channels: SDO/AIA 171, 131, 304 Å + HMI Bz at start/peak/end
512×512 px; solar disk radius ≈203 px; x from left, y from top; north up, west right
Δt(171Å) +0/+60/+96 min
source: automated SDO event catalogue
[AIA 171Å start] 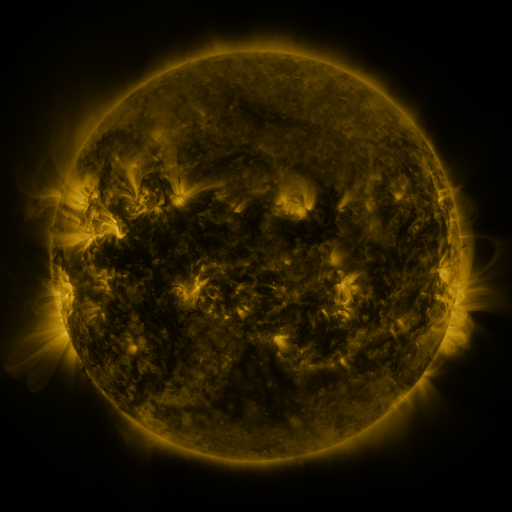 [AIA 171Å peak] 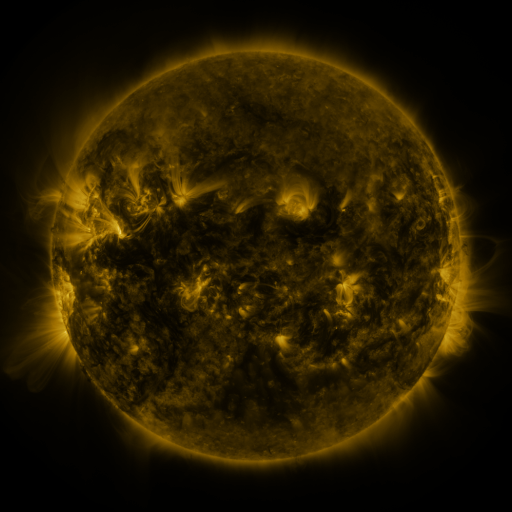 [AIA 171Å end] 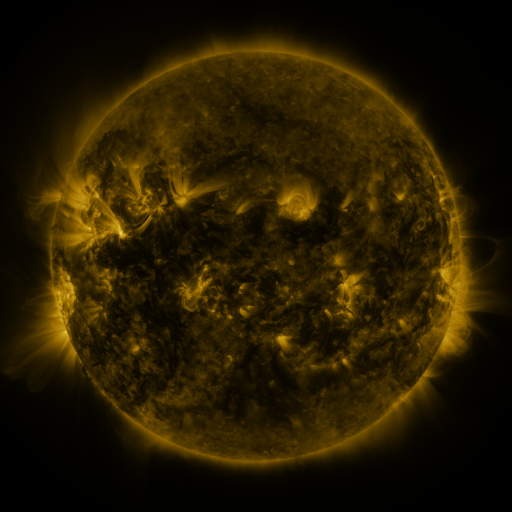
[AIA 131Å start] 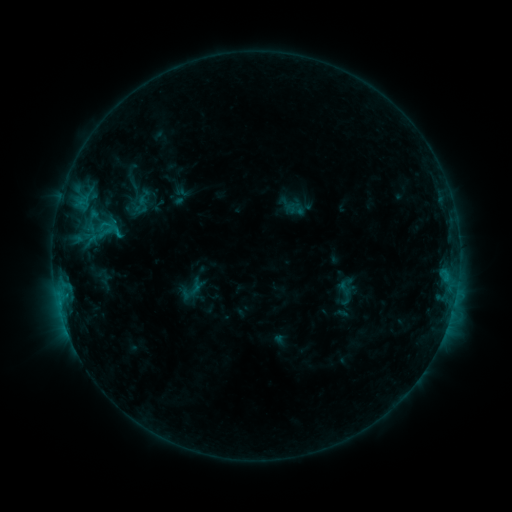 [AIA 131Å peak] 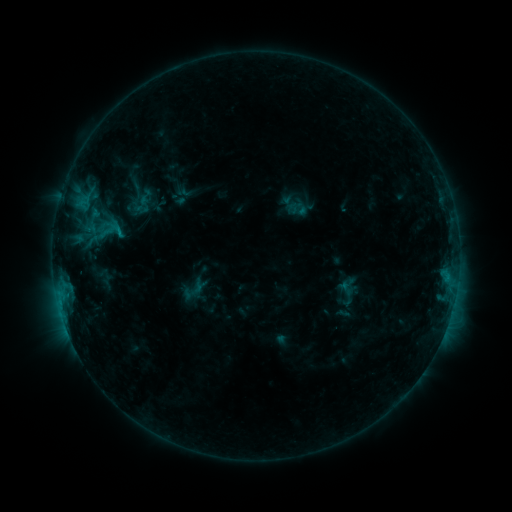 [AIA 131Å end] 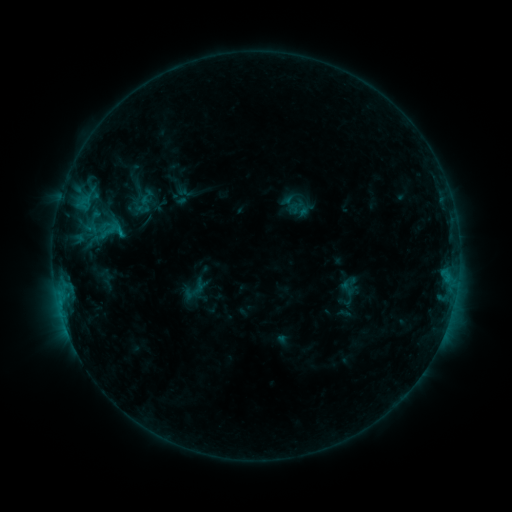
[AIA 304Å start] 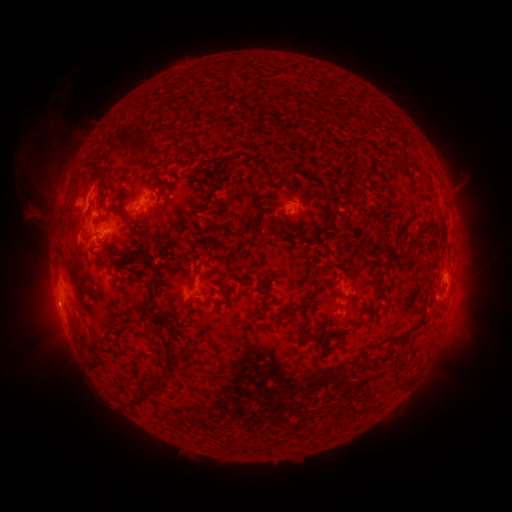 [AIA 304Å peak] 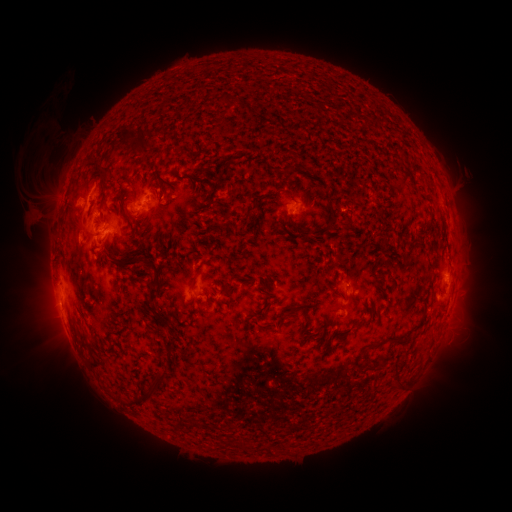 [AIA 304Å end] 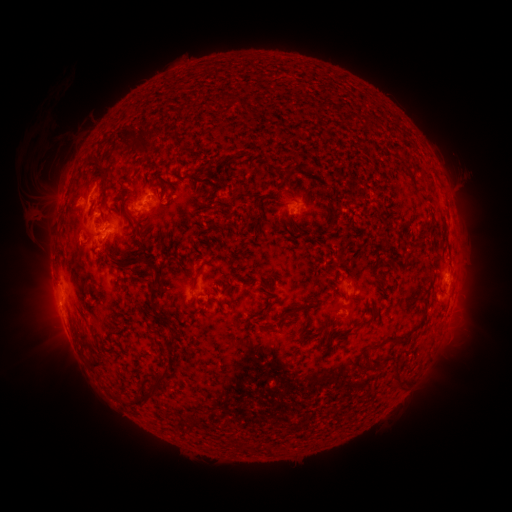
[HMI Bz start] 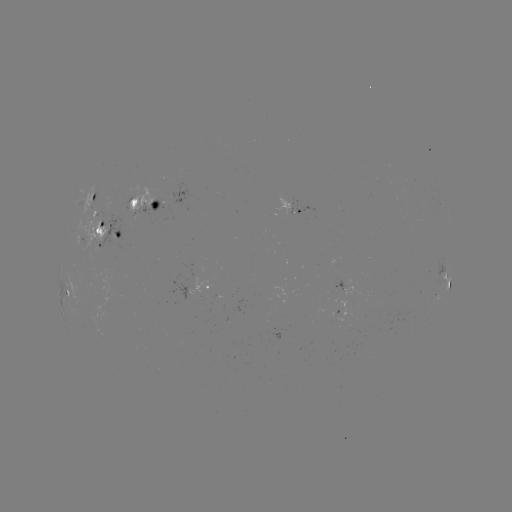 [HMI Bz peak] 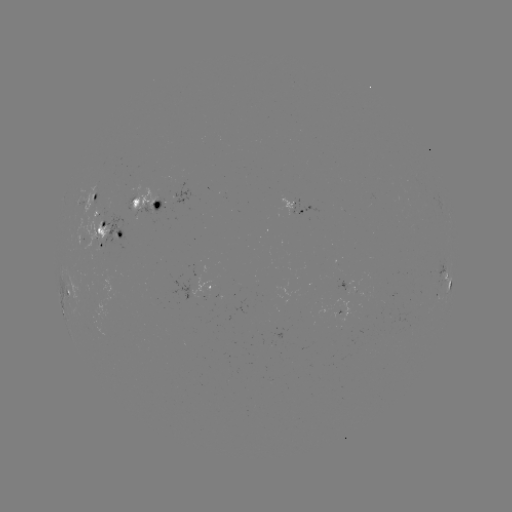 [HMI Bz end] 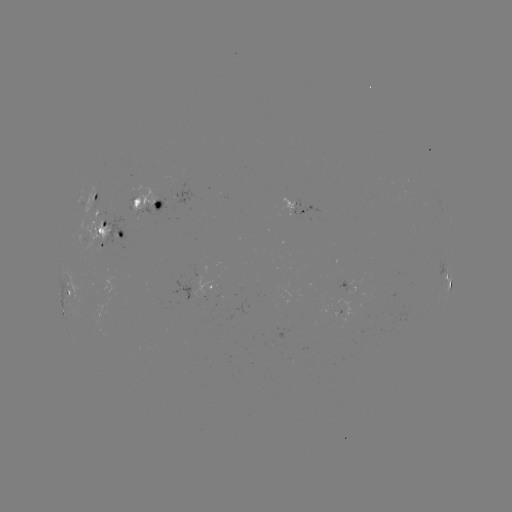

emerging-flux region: (80, 184, 108, 256)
